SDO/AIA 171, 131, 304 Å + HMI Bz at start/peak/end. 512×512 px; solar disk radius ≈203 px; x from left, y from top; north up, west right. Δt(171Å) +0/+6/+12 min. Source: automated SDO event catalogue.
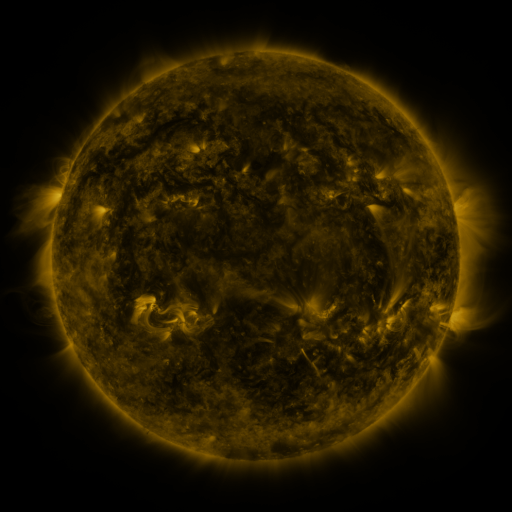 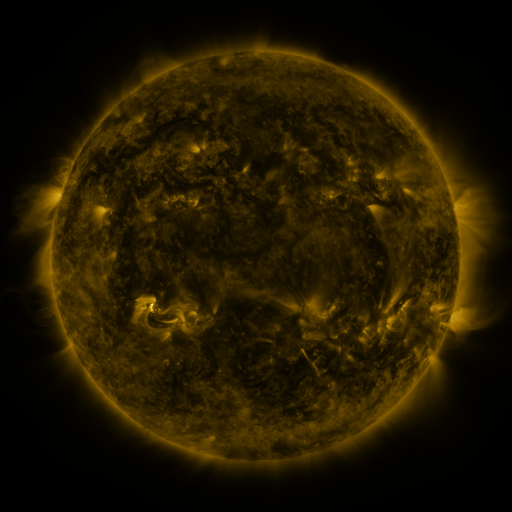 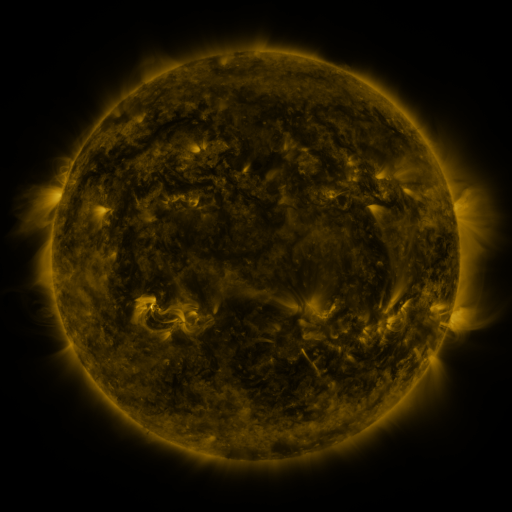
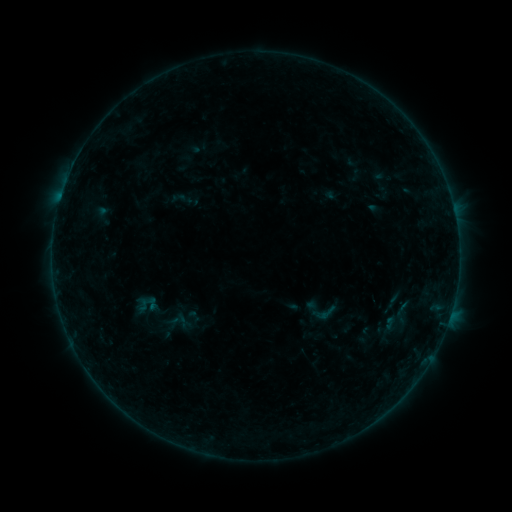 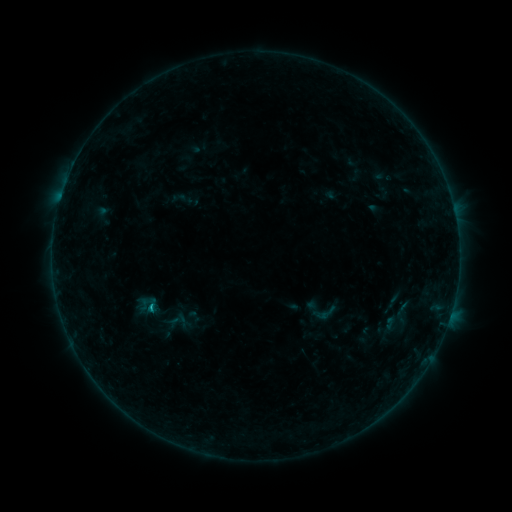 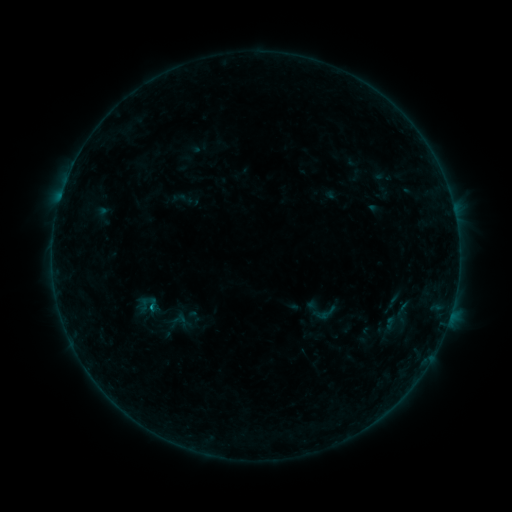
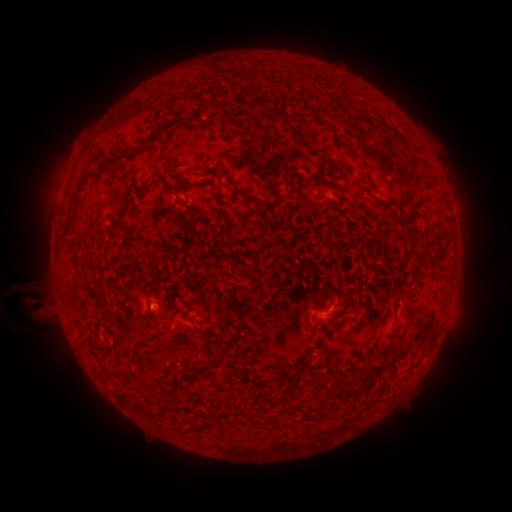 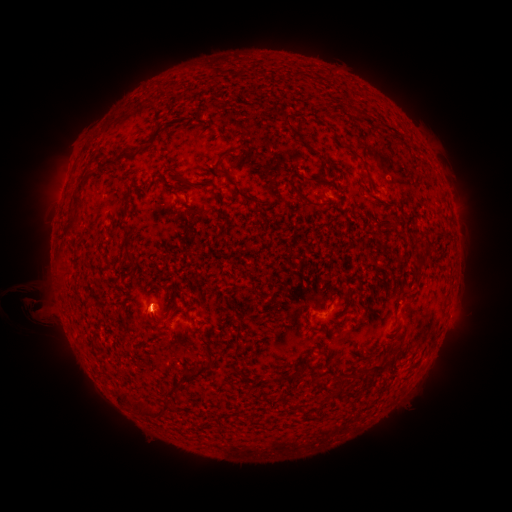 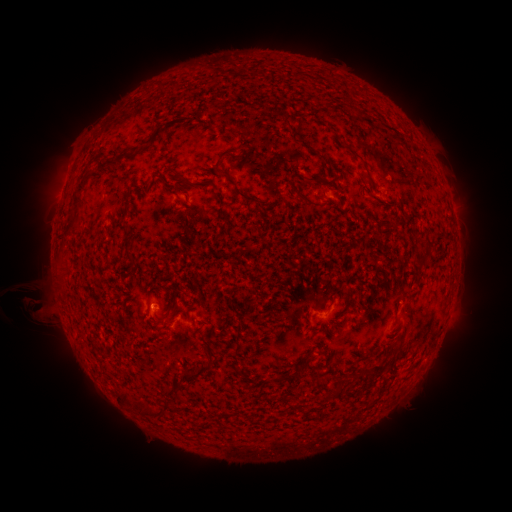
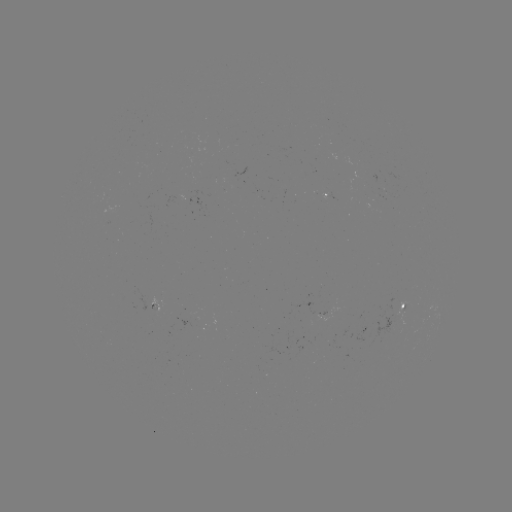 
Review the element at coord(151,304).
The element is B4.1 flare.